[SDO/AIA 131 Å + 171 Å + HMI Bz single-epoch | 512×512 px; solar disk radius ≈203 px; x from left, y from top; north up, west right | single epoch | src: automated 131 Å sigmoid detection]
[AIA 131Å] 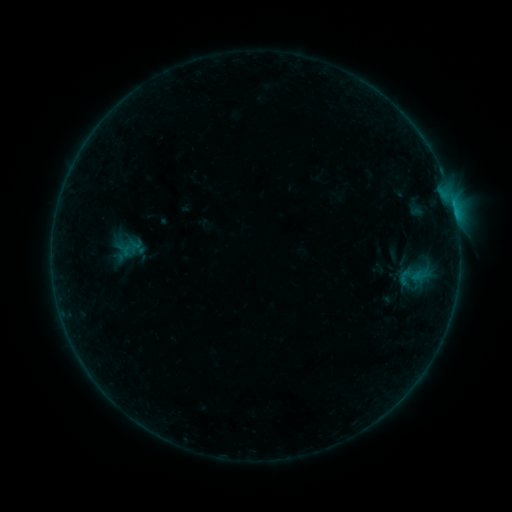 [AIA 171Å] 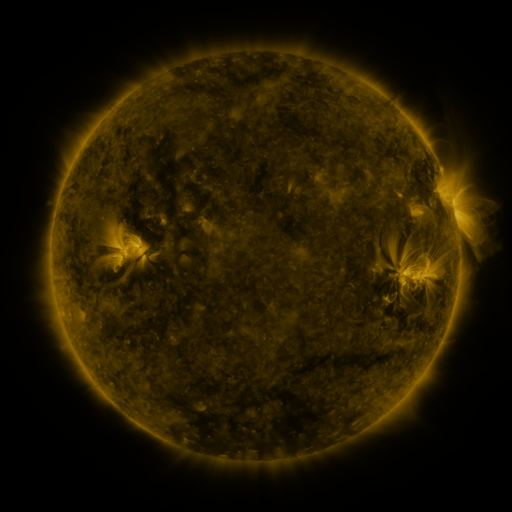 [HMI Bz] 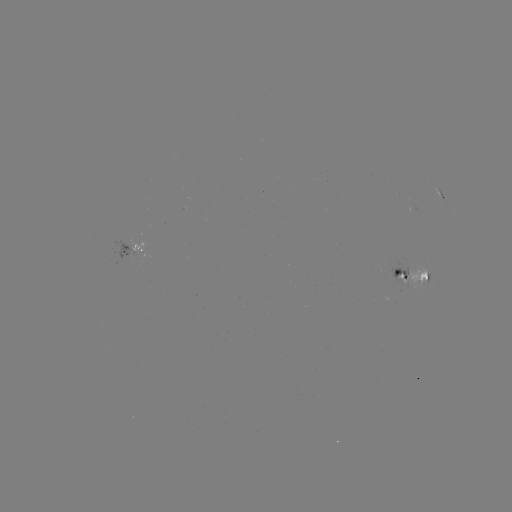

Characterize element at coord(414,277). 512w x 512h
sigmoid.